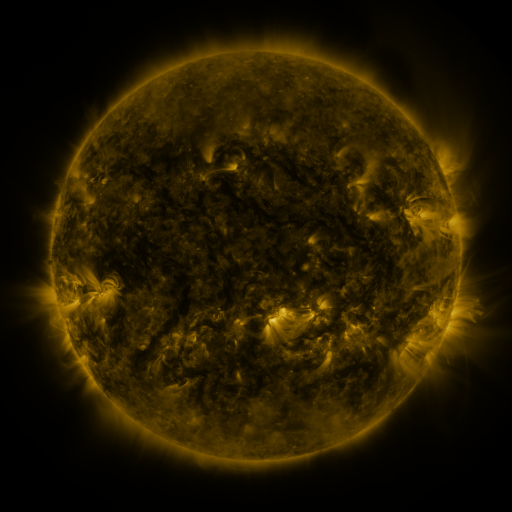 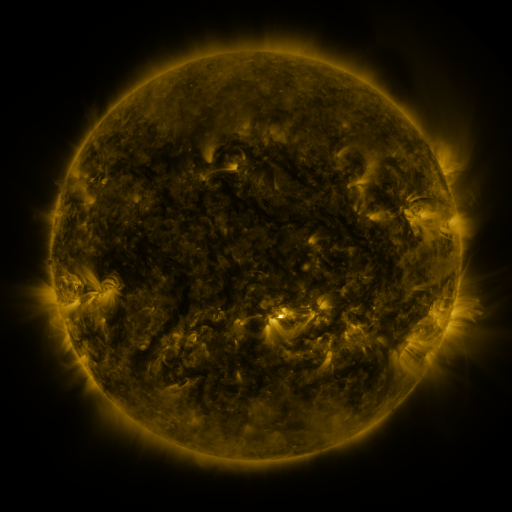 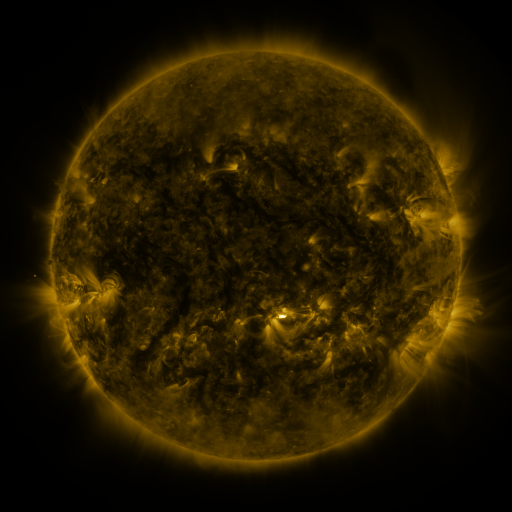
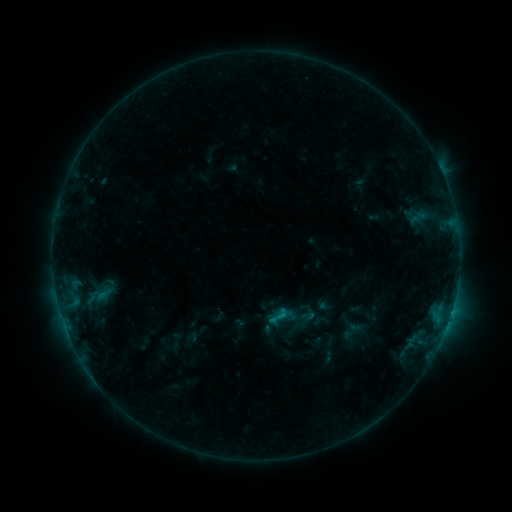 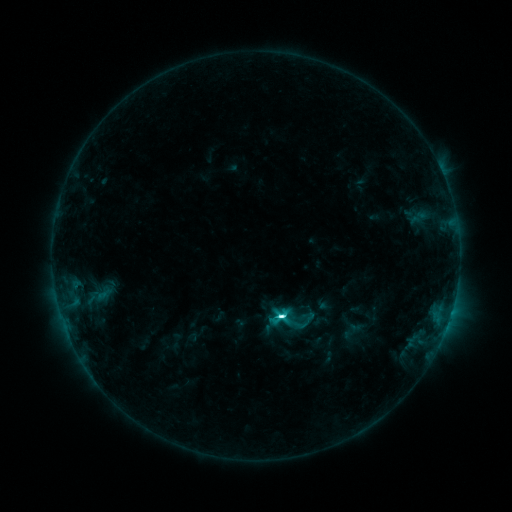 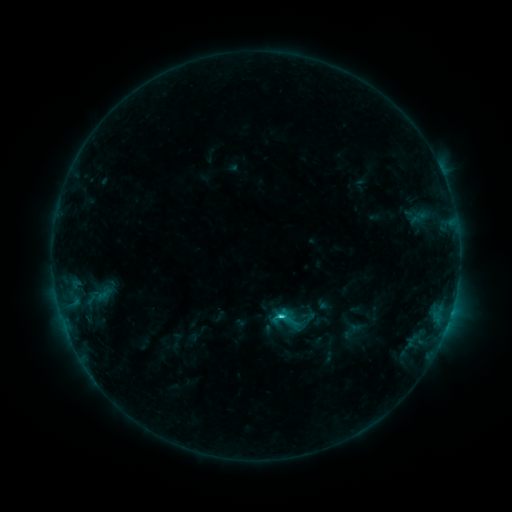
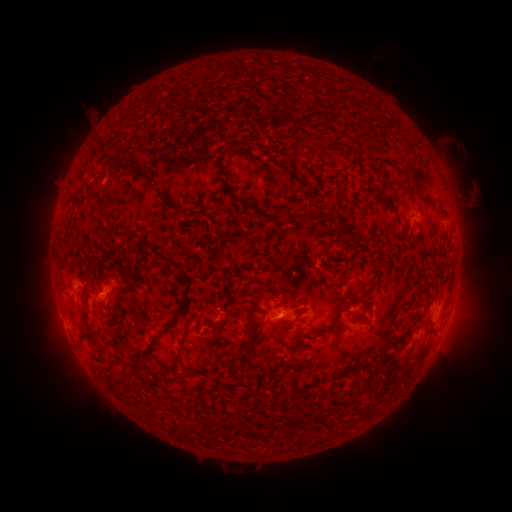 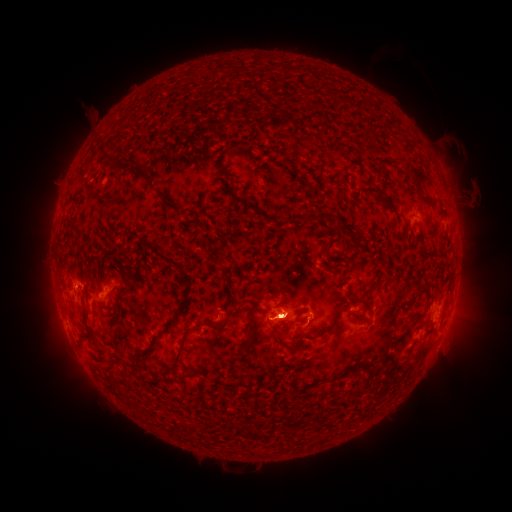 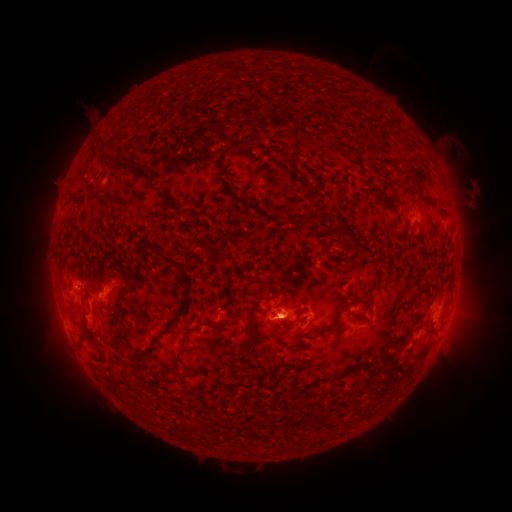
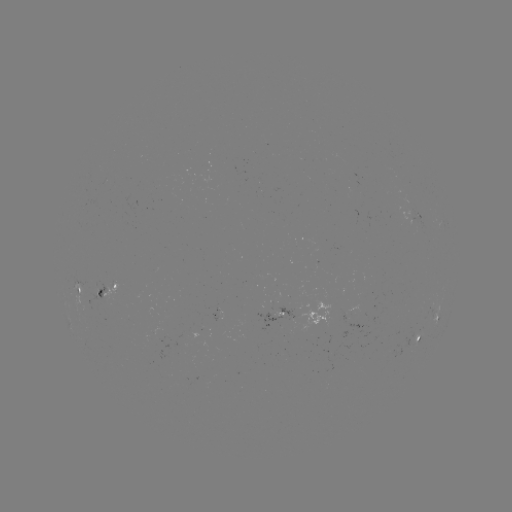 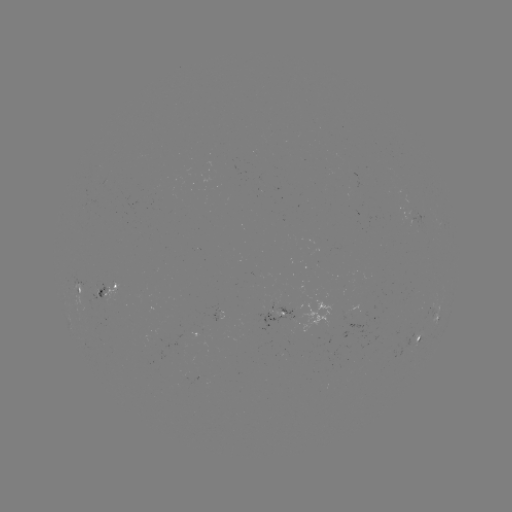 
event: flare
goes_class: C6.4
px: (279, 316)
